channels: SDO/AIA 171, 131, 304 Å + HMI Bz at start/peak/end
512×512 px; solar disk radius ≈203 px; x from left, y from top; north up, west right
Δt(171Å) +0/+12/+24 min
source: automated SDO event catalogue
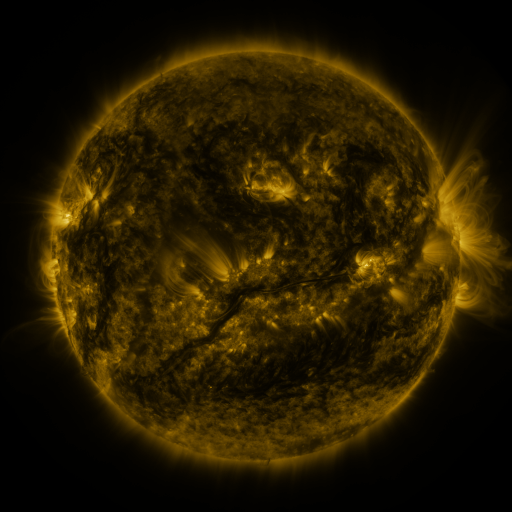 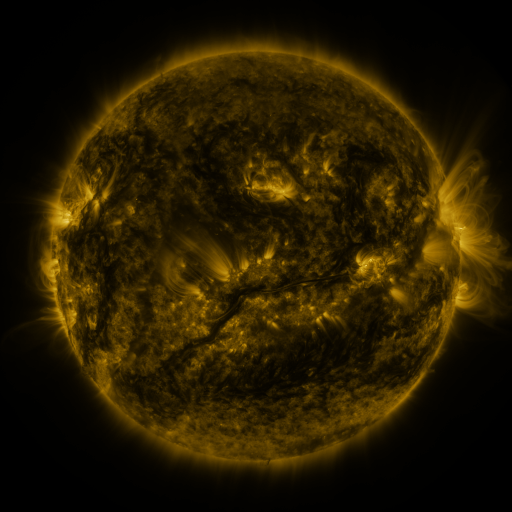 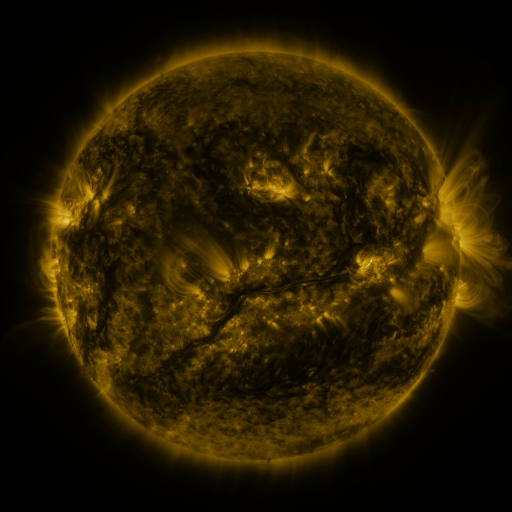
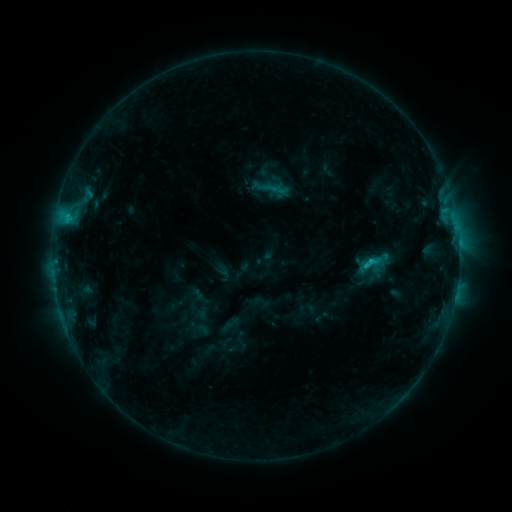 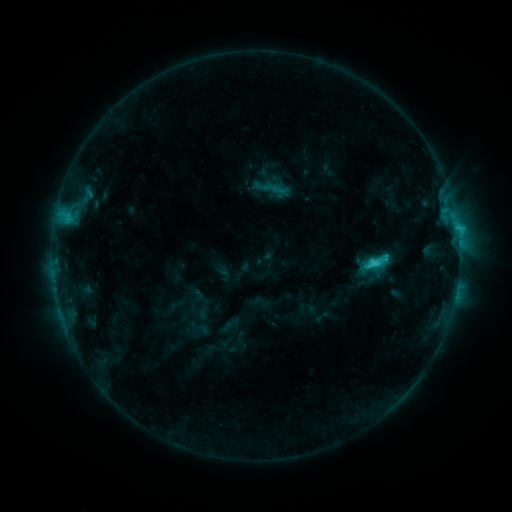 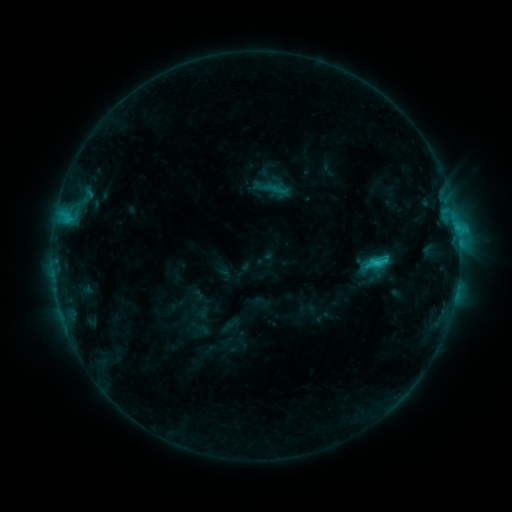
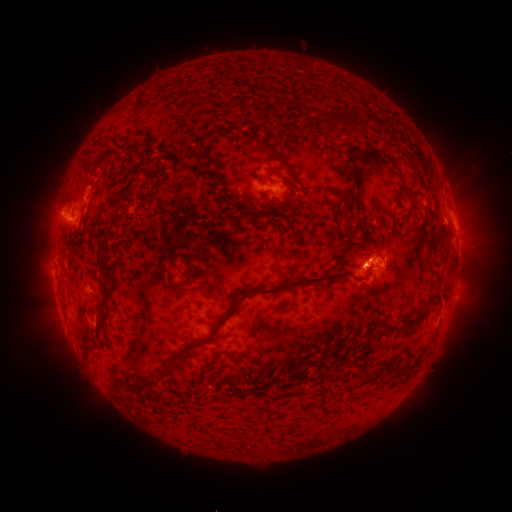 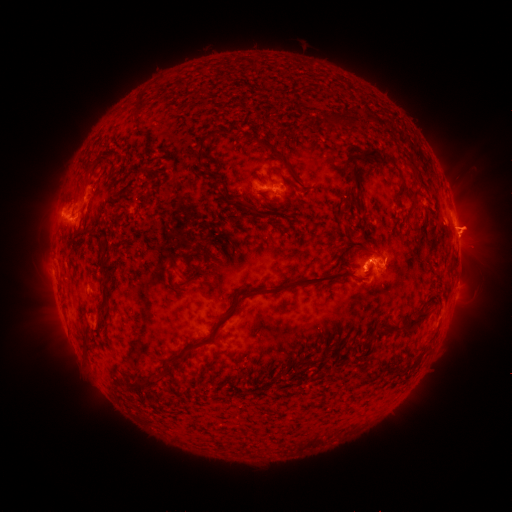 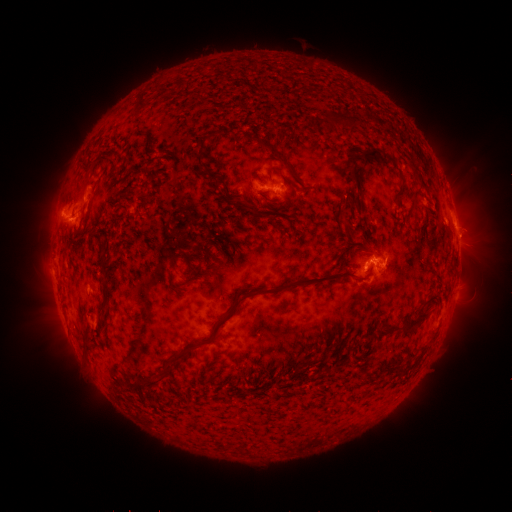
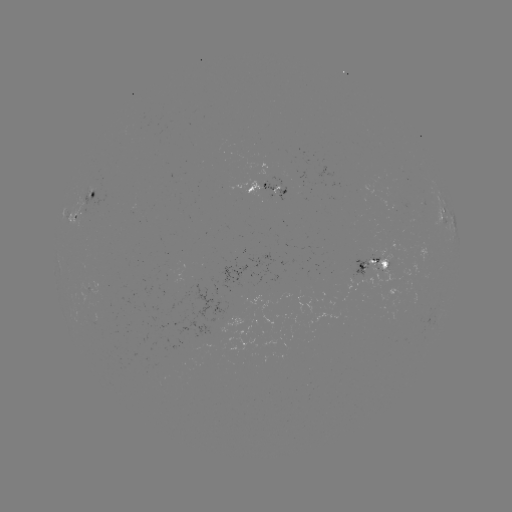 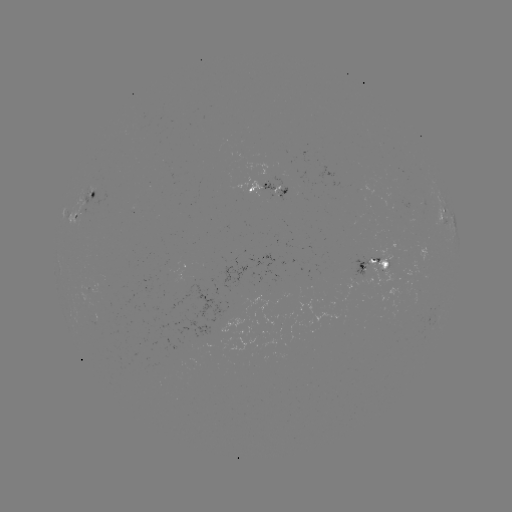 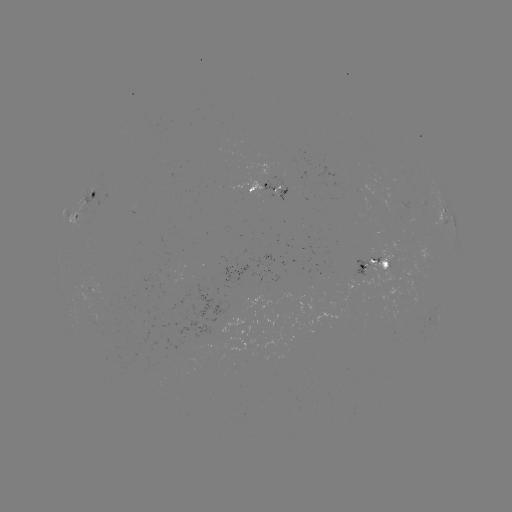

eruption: <bbox>431, 192, 501, 267</bbox>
